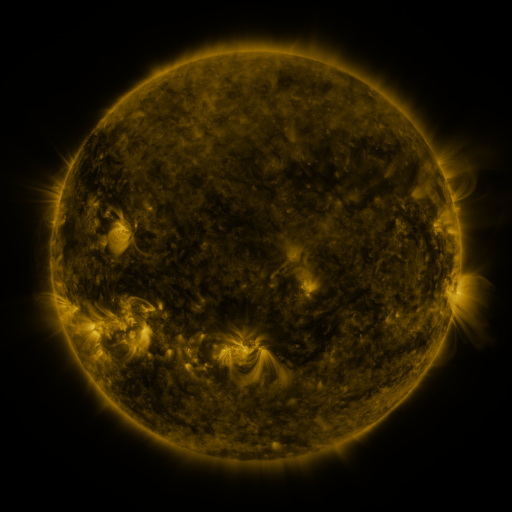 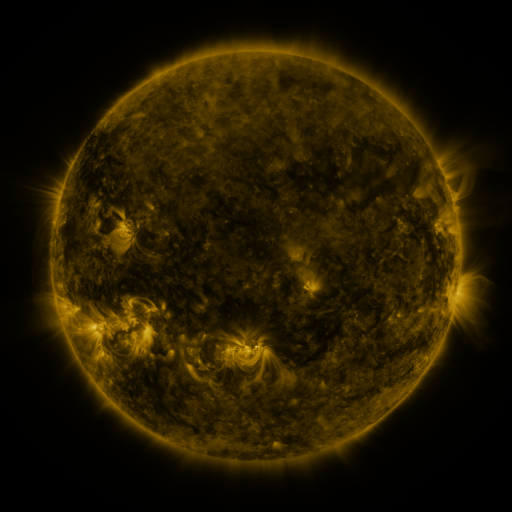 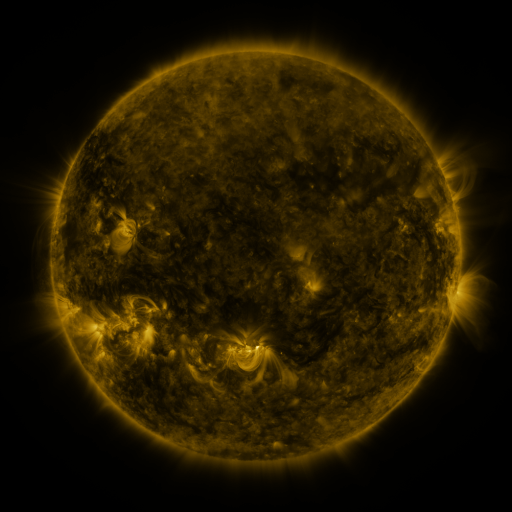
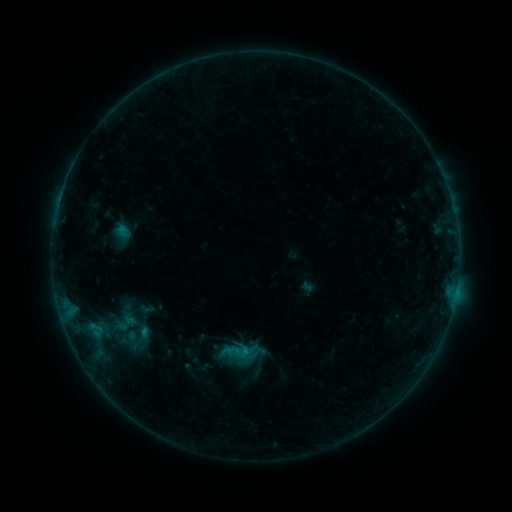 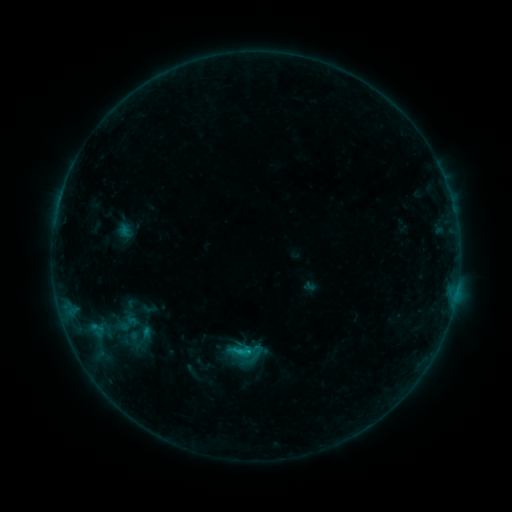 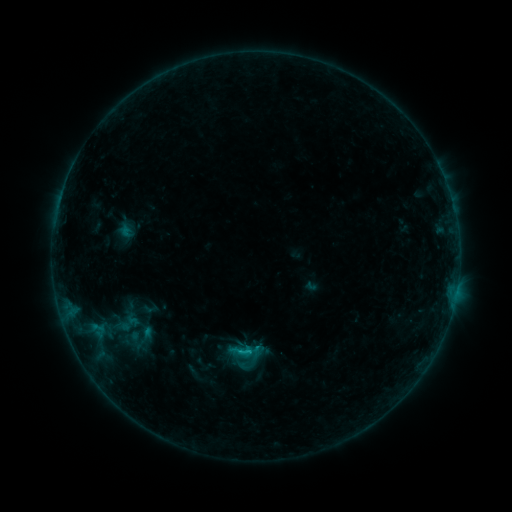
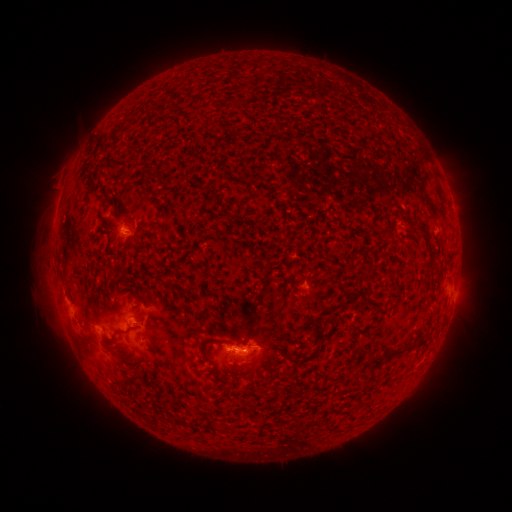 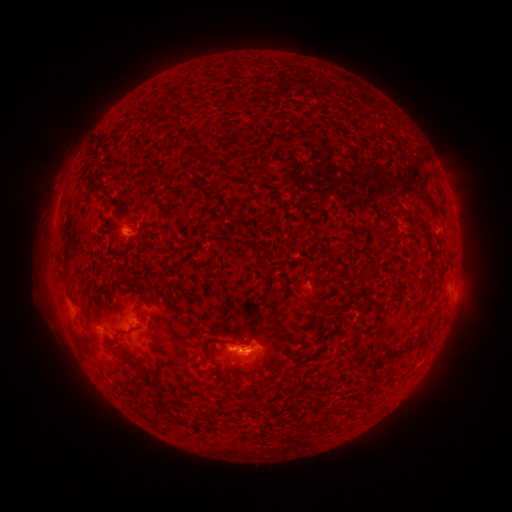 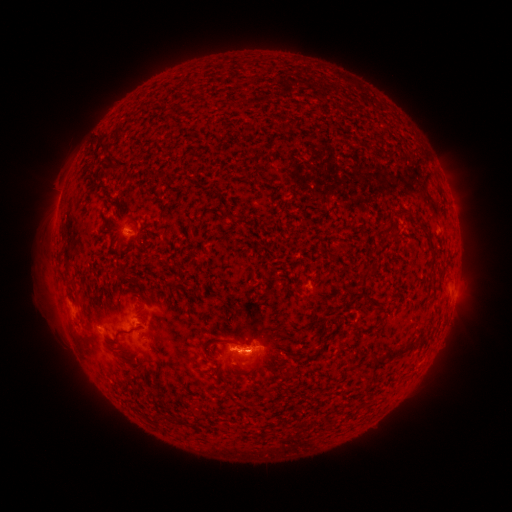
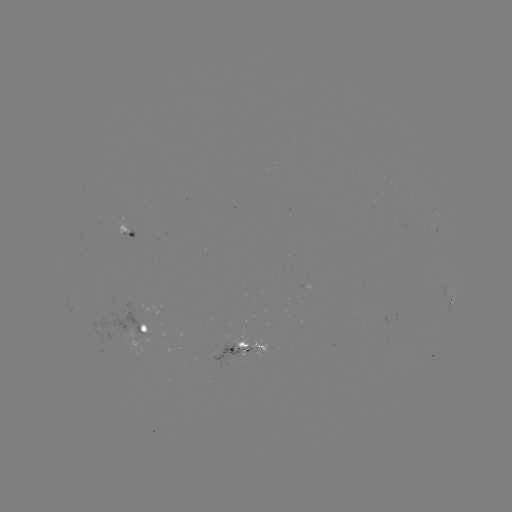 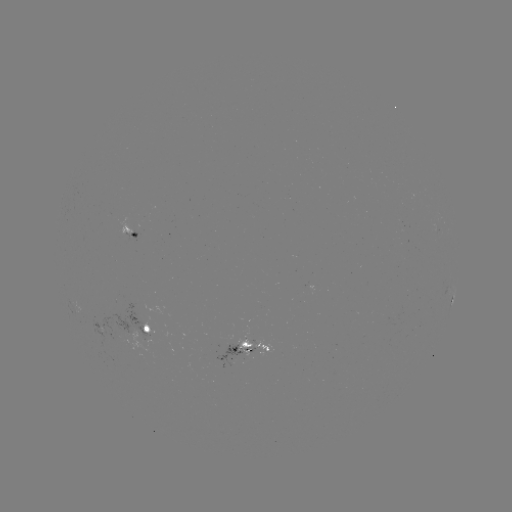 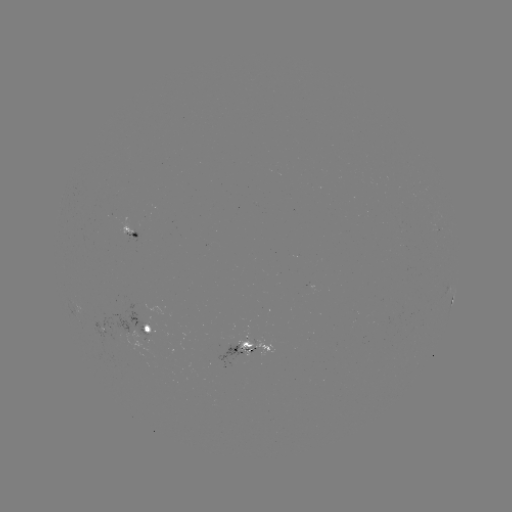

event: emerging-flux region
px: (135, 331)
